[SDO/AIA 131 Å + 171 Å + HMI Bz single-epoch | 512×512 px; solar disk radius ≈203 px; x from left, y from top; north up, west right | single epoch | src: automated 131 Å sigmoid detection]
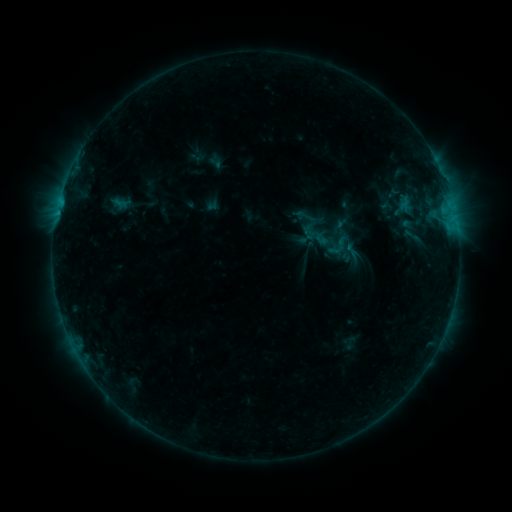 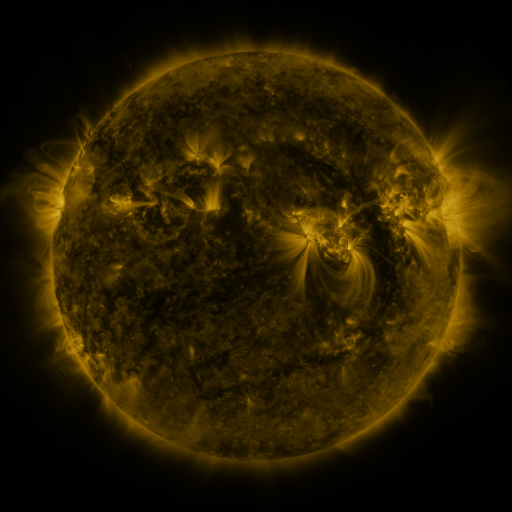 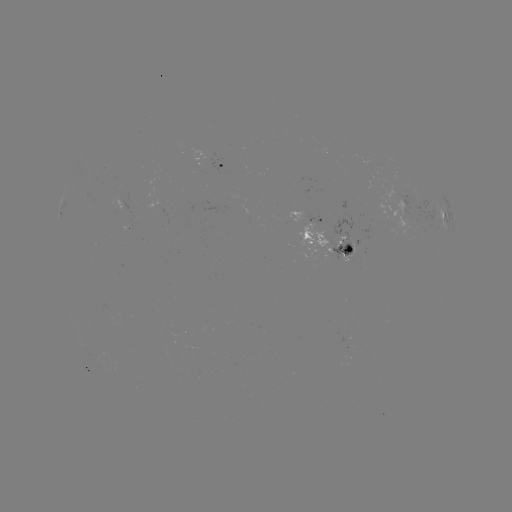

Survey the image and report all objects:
sigmoid: (412, 236)
sigmoid: (339, 245)
